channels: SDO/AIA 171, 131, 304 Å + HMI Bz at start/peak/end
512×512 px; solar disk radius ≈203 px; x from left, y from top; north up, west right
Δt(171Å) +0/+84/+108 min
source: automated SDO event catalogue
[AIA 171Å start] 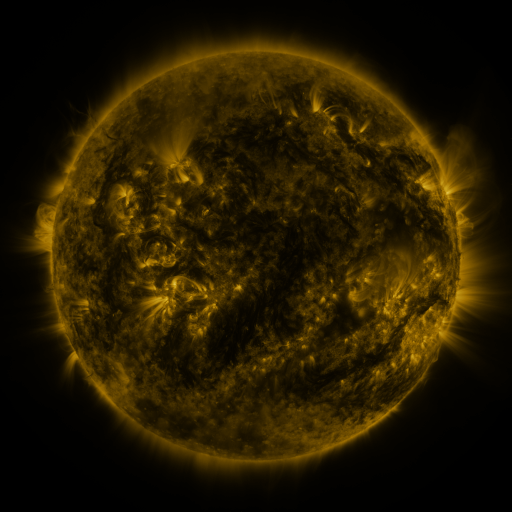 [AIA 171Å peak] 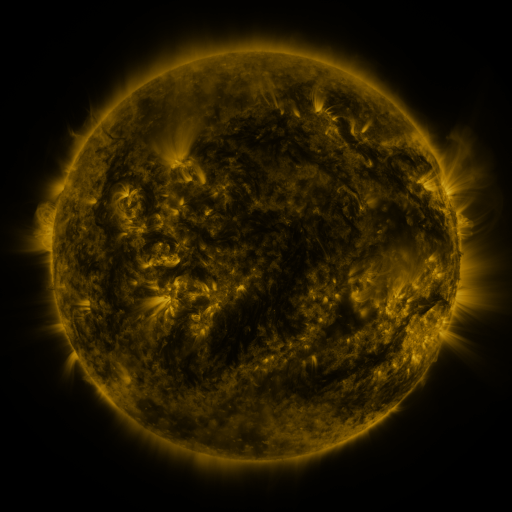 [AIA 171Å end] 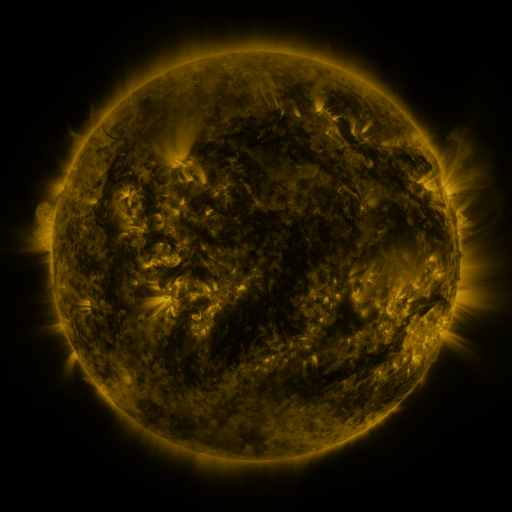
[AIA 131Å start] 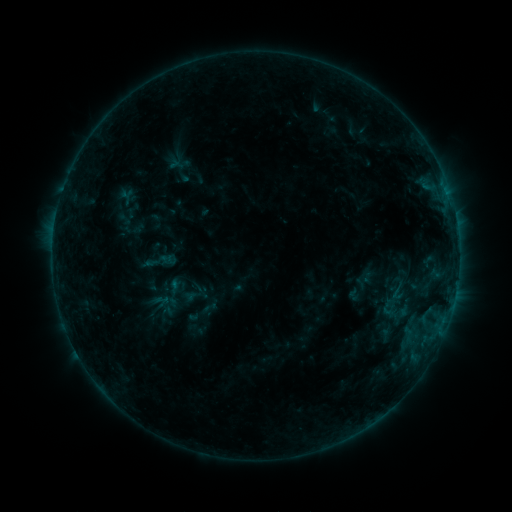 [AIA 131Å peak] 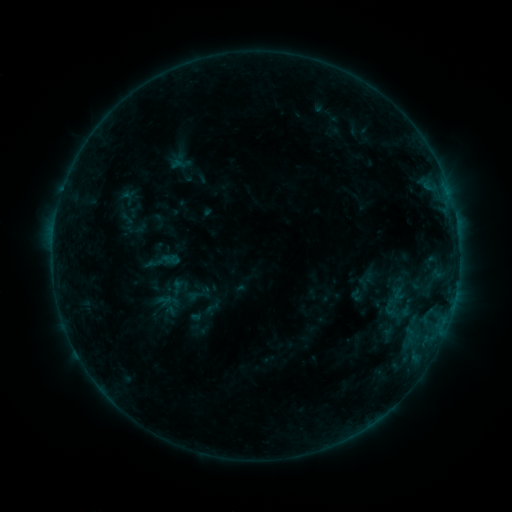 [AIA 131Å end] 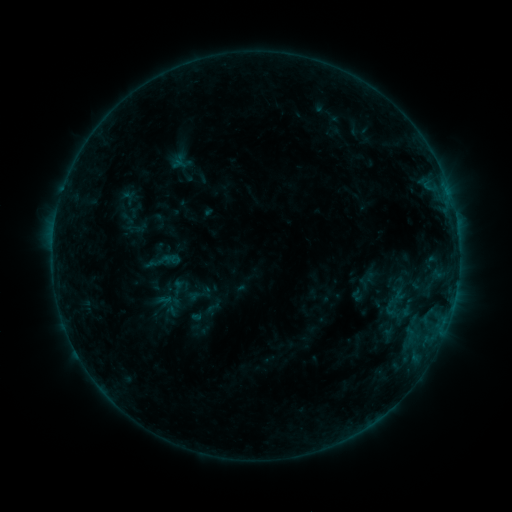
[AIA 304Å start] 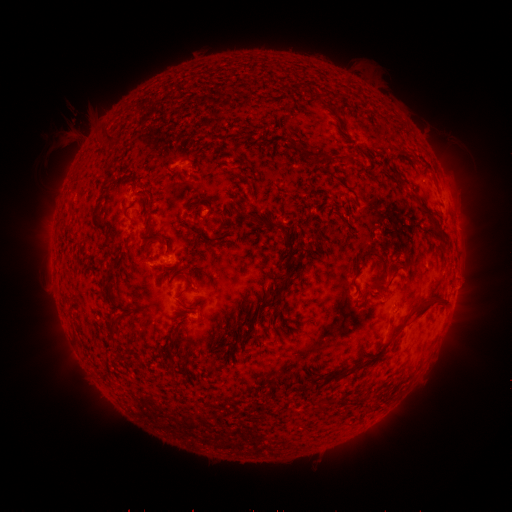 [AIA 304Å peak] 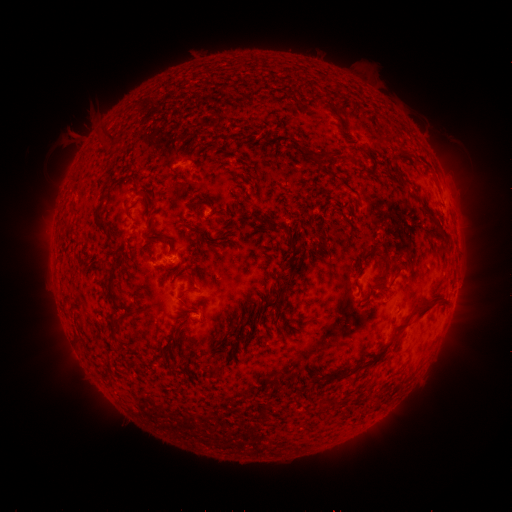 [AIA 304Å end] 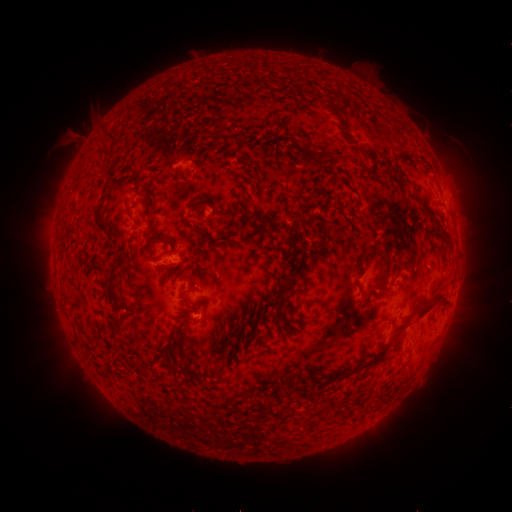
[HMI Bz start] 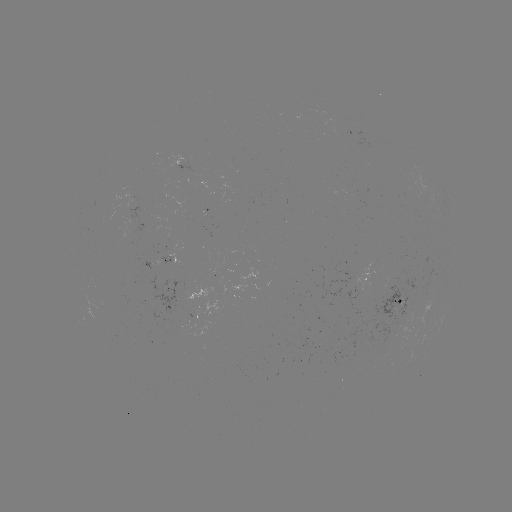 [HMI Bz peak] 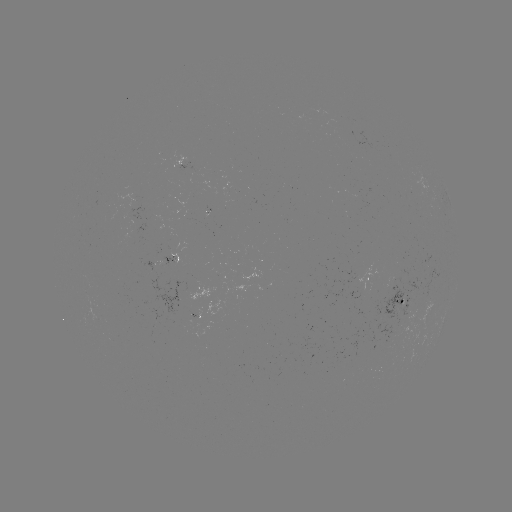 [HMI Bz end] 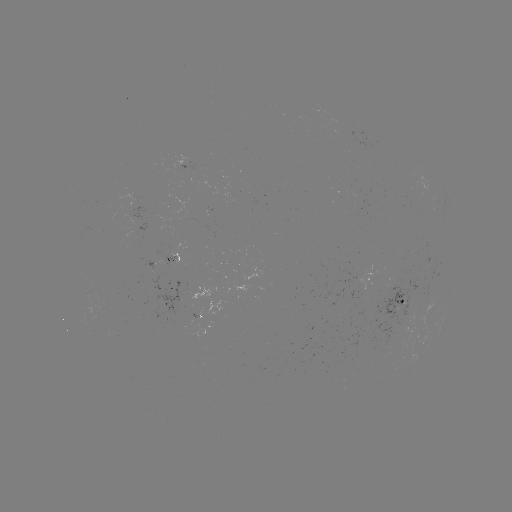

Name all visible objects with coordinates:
emerging-flux region: (194, 320)
